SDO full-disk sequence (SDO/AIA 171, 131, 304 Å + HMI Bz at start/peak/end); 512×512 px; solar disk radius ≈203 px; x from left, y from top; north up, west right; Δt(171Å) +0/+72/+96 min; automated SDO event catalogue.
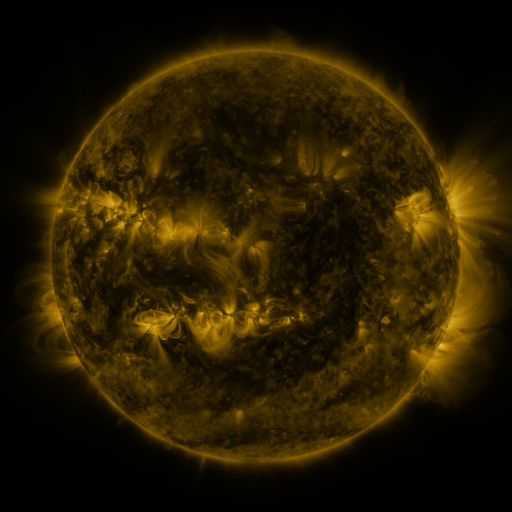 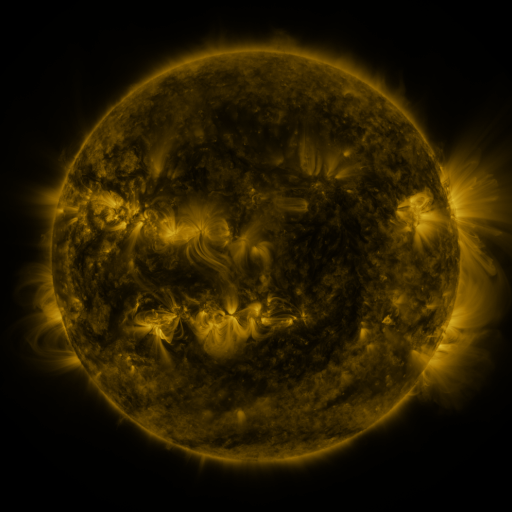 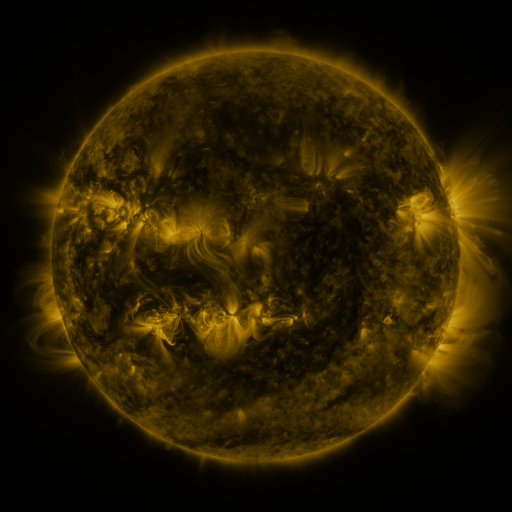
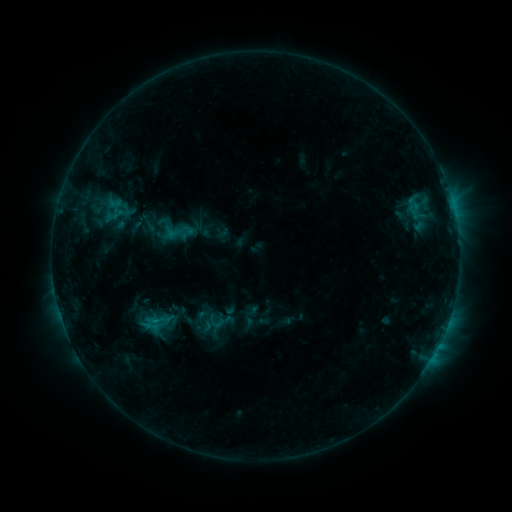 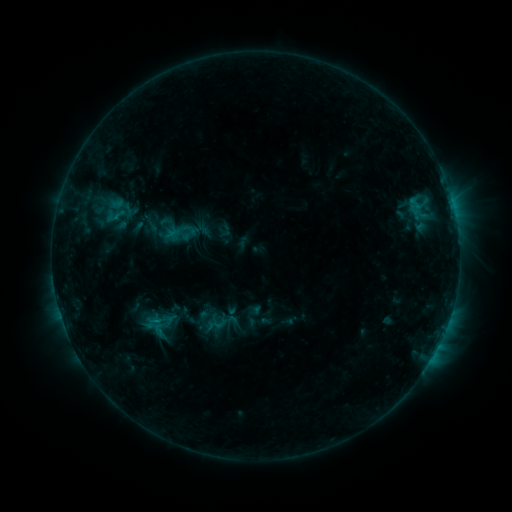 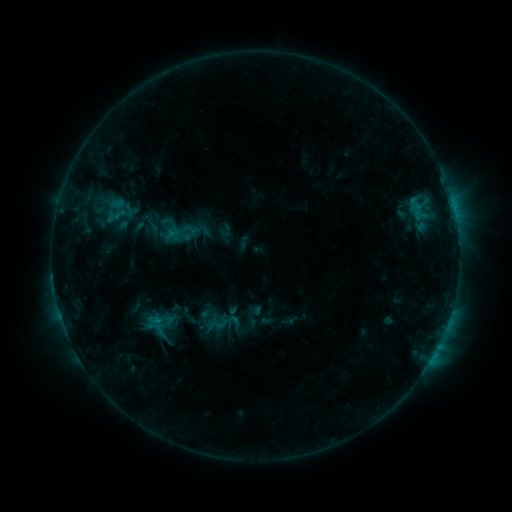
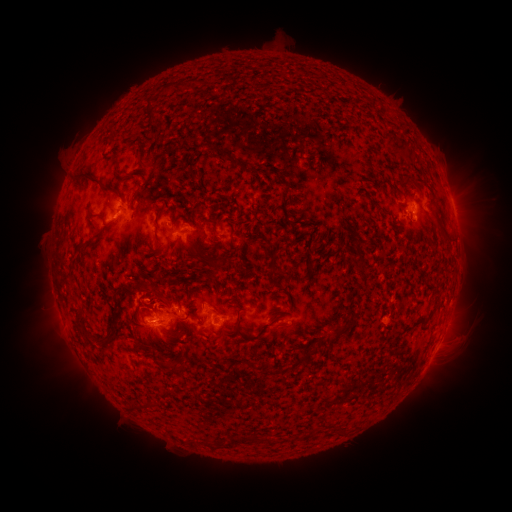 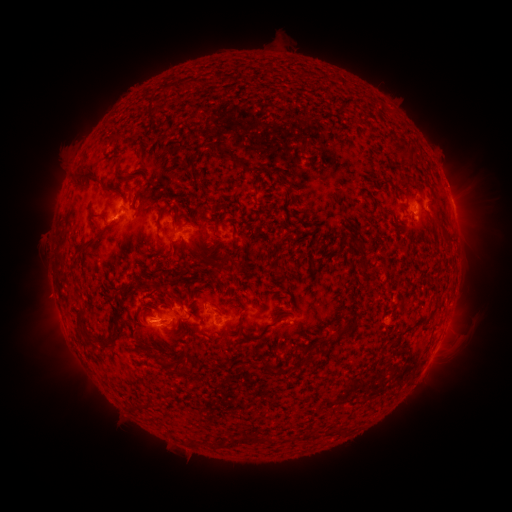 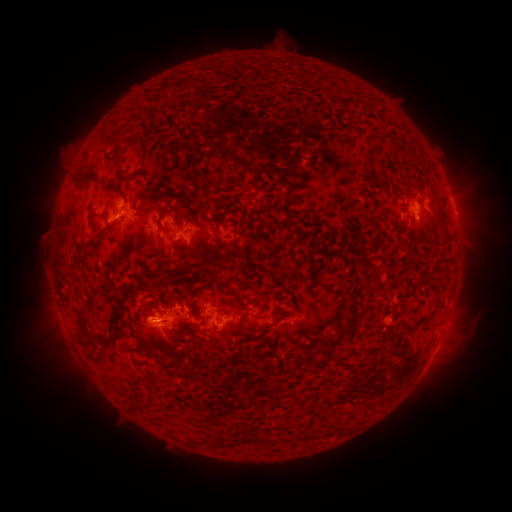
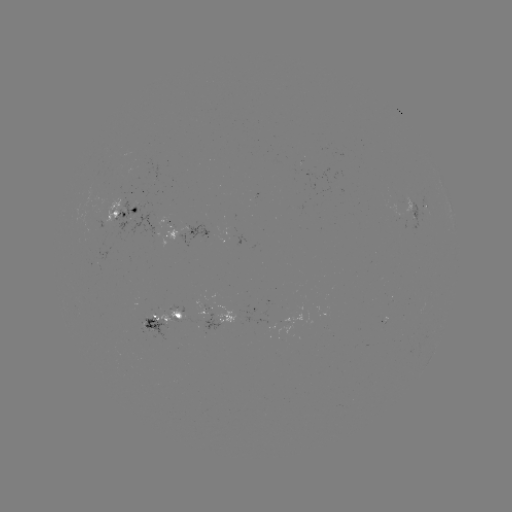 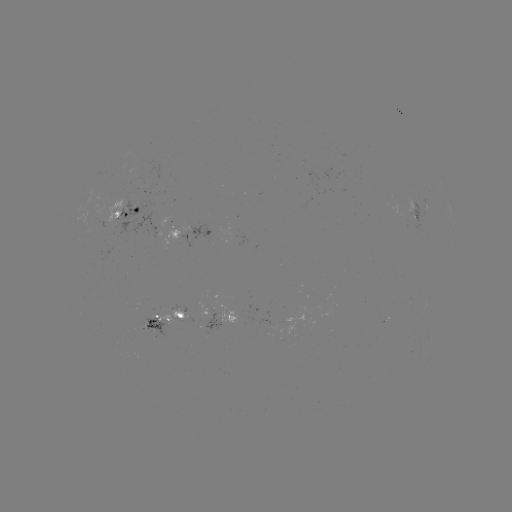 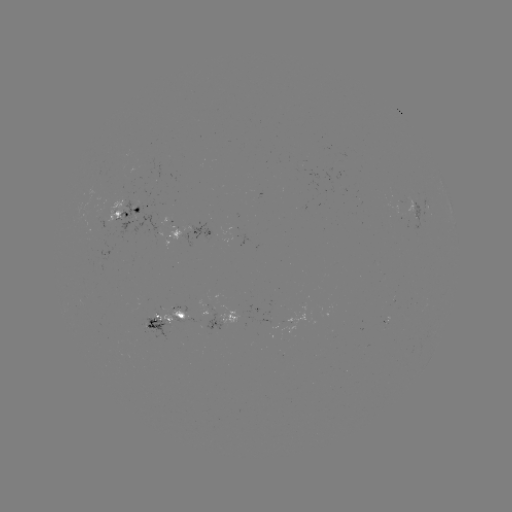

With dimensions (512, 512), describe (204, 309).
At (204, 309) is emerging-flux region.